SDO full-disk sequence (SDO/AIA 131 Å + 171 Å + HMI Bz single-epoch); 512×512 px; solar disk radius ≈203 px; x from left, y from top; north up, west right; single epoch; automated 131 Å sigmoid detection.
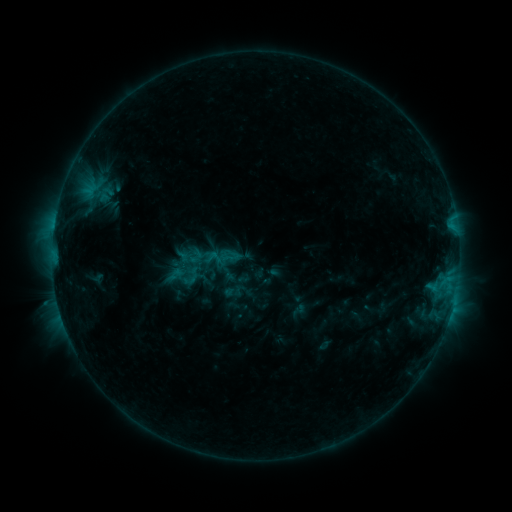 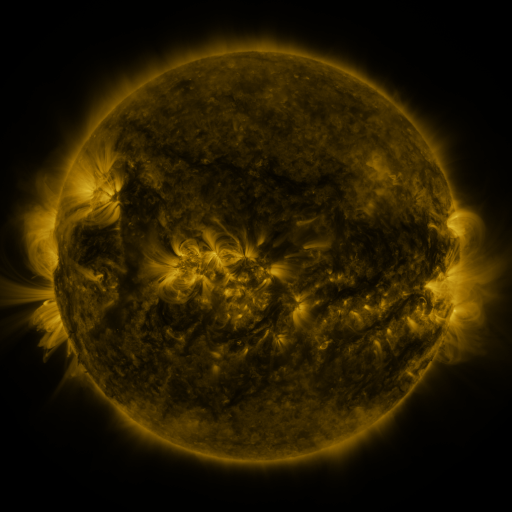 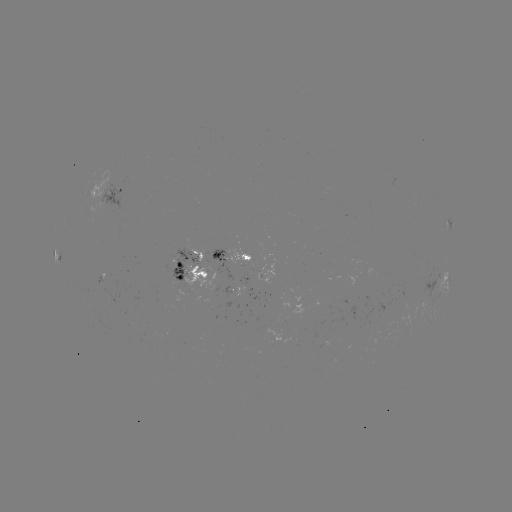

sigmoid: (188, 250, 204, 265)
